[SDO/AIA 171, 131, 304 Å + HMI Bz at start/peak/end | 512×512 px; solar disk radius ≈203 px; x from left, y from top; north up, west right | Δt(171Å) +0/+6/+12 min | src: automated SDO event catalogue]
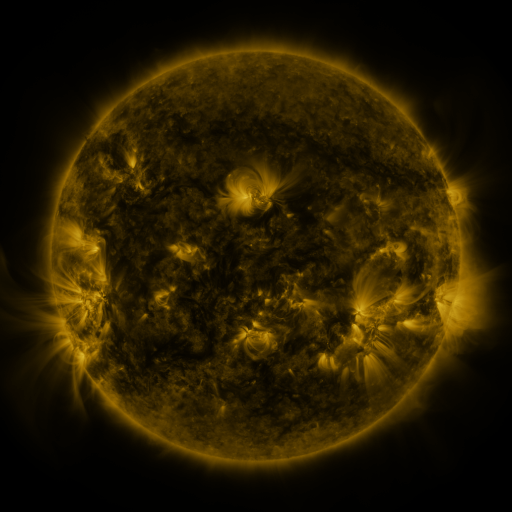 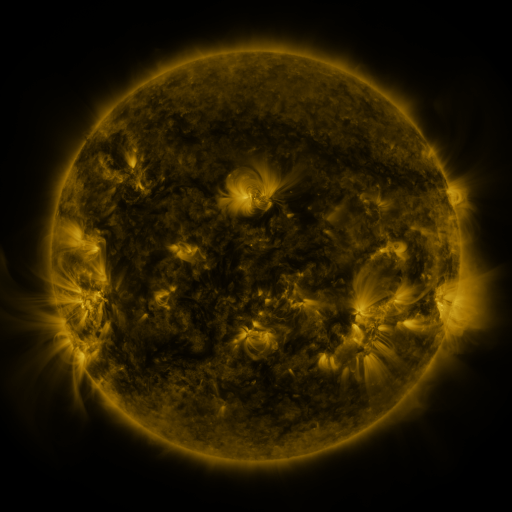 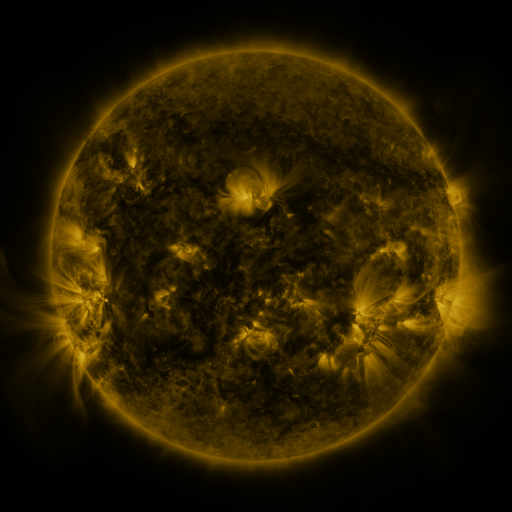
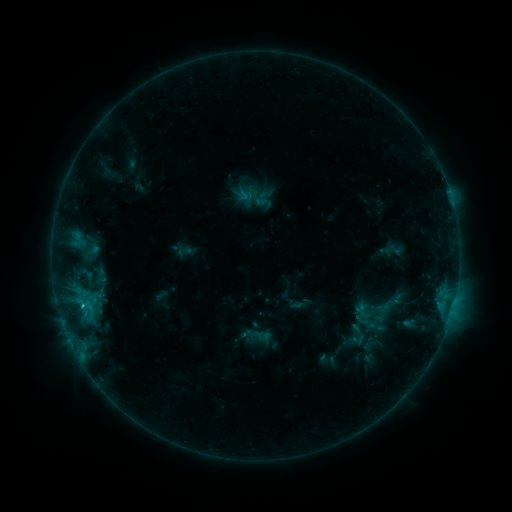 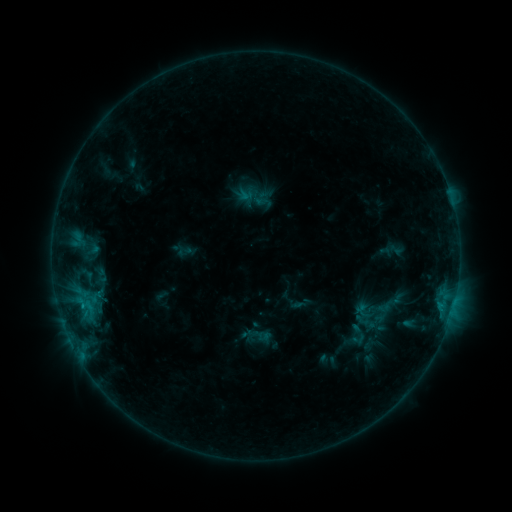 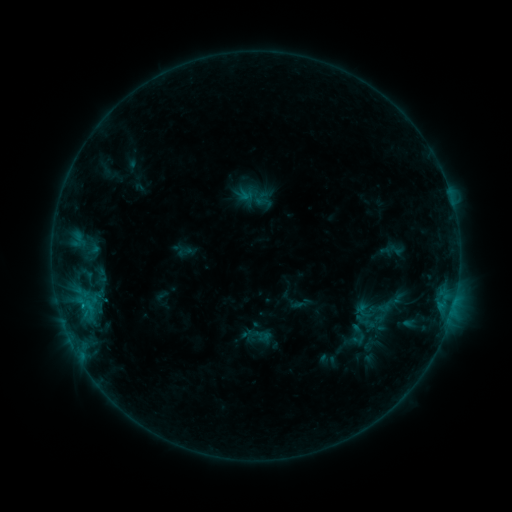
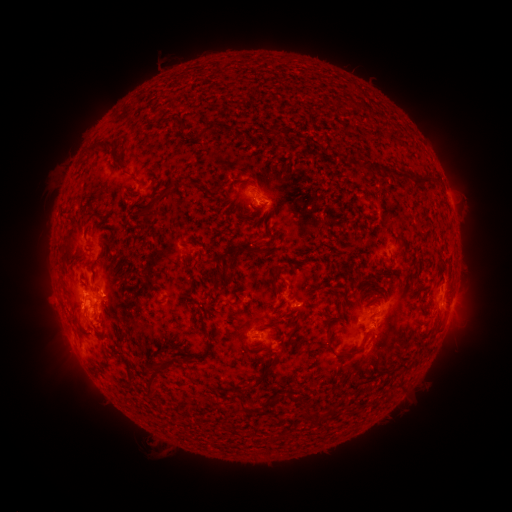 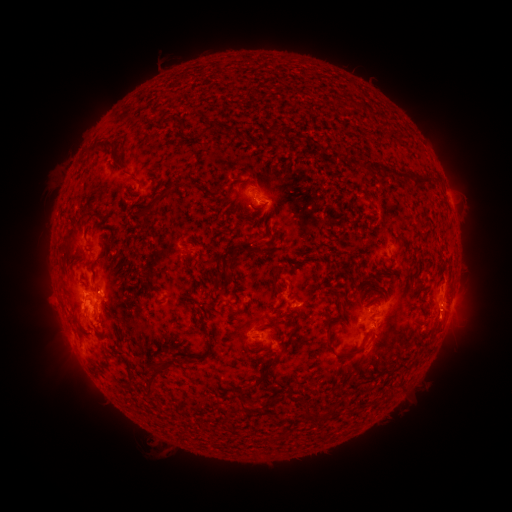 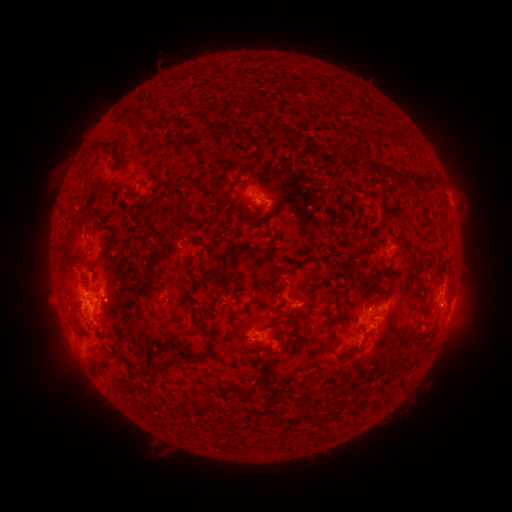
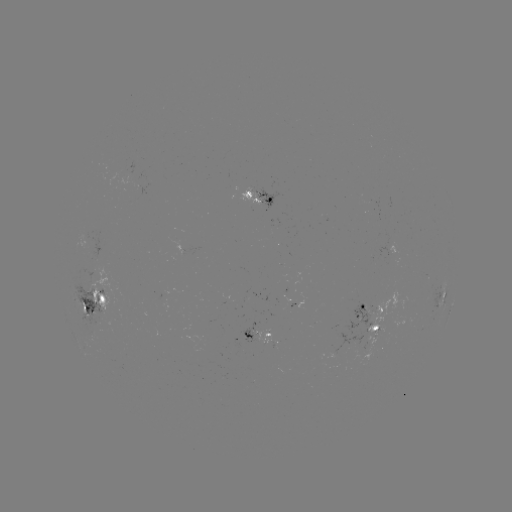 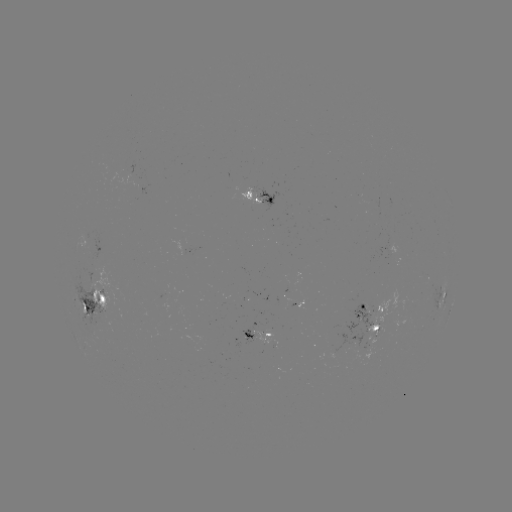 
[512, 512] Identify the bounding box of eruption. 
[423, 301, 472, 348].